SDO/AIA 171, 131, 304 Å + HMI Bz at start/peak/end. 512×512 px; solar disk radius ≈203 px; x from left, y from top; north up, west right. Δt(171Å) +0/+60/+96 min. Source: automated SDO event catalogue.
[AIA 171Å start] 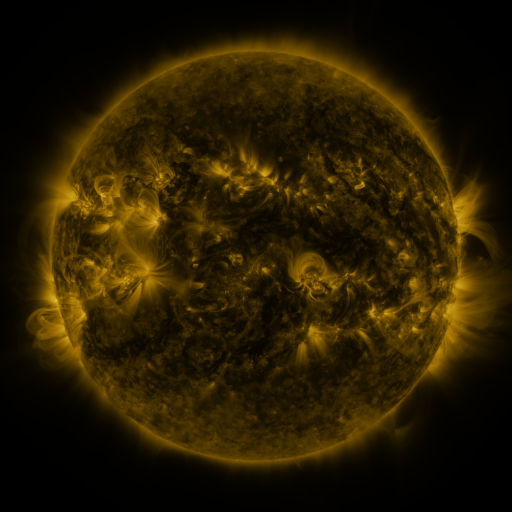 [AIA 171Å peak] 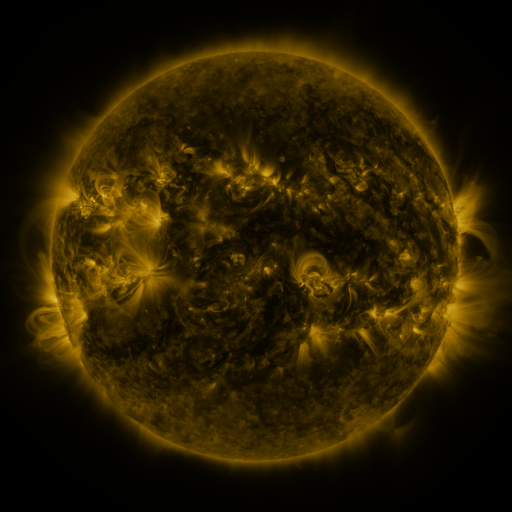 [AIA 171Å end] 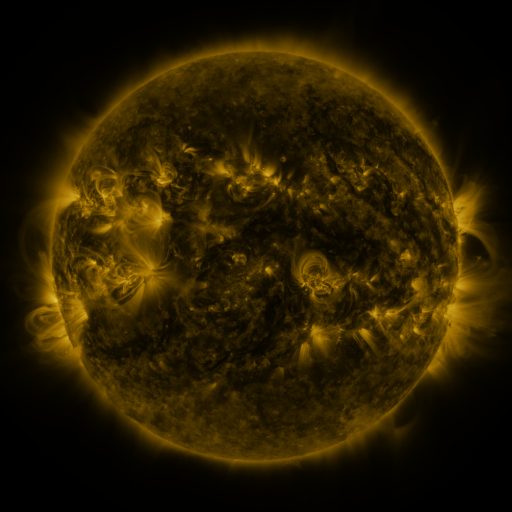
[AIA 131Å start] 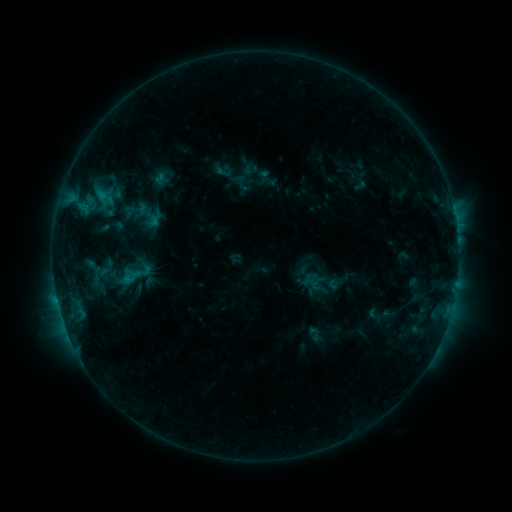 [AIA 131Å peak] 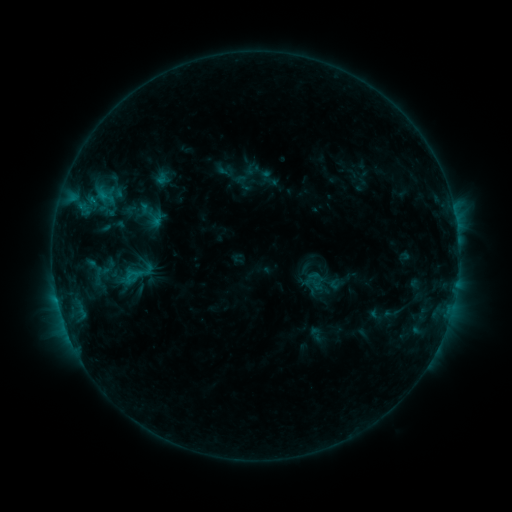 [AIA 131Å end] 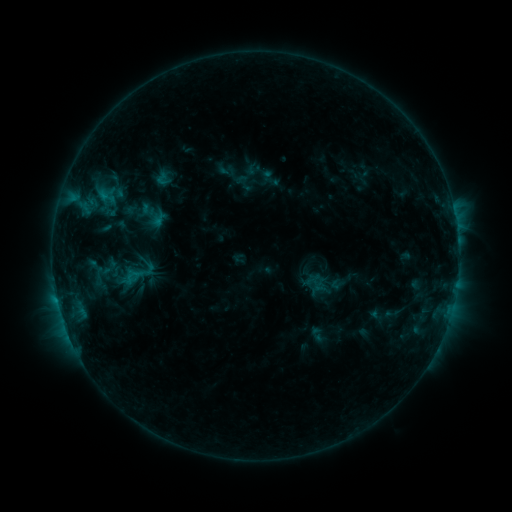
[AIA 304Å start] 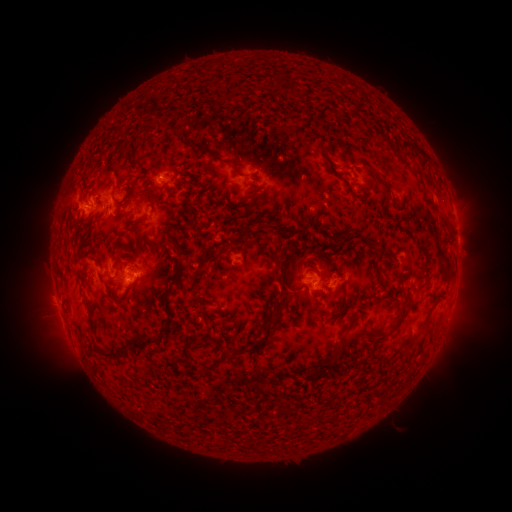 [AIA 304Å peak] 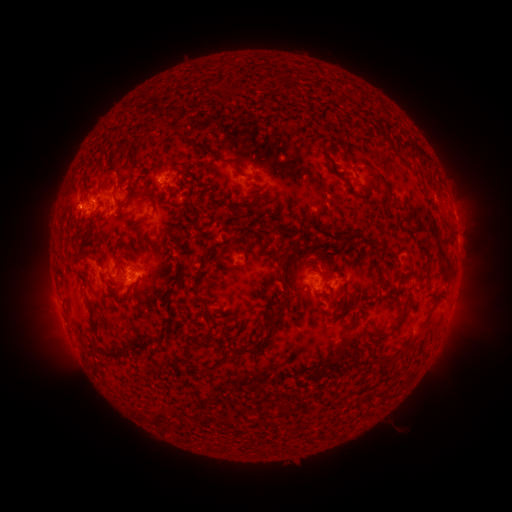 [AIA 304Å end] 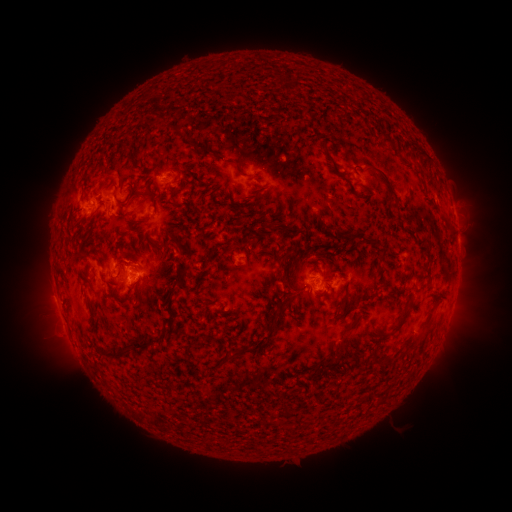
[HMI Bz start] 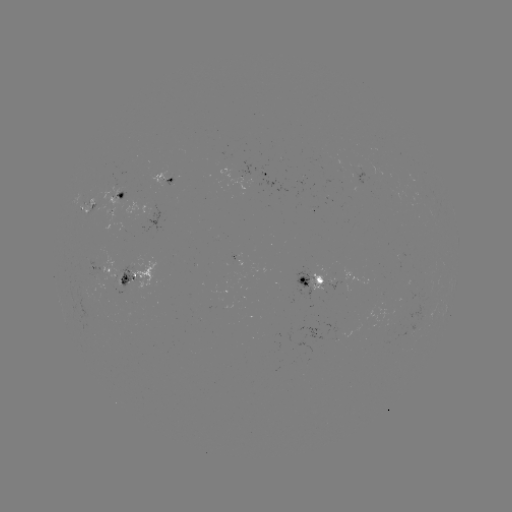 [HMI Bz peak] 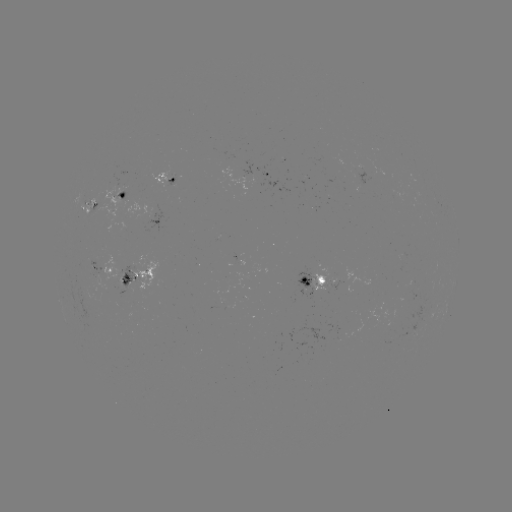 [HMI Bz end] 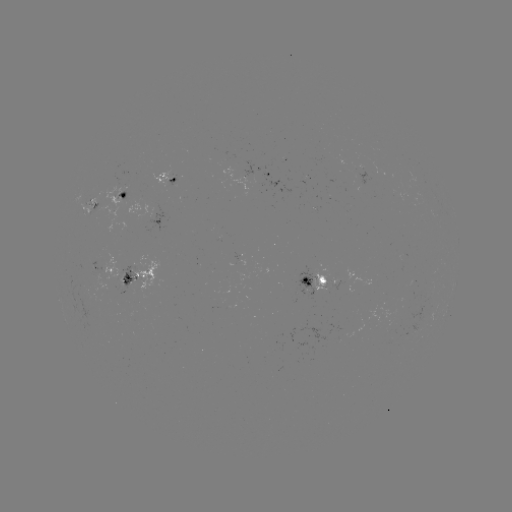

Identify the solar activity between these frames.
emerging-flux region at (345, 328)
